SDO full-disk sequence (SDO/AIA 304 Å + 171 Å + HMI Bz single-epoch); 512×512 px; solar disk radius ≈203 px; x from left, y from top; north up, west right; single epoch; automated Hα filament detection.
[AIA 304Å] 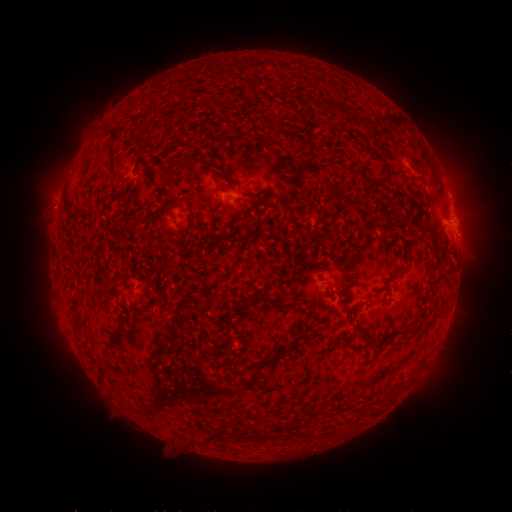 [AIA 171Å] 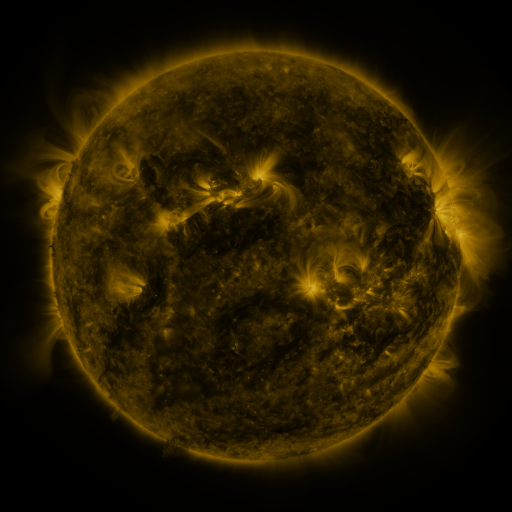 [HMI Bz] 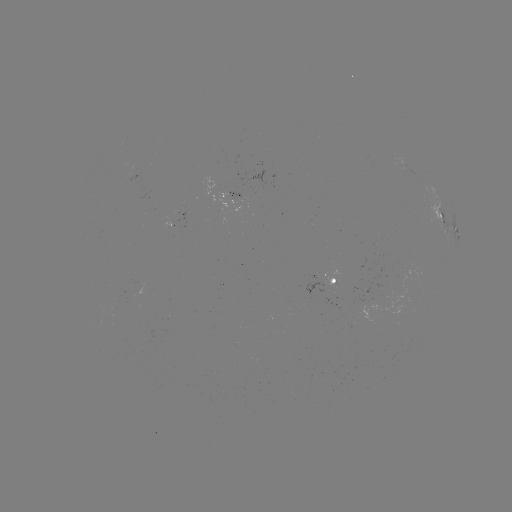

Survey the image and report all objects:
filament: (254, 86)
filament: (341, 107)
filament: (393, 119)
filament: (383, 160)
filament: (216, 167)
filament: (379, 184)
filament: (397, 217)
filament: (137, 222)
filament: (170, 267)
filament: (394, 278)
filament: (361, 305)
filament: (301, 323)
filament: (121, 326)
filament: (365, 342)
filament: (273, 360)
filament: (308, 432)
